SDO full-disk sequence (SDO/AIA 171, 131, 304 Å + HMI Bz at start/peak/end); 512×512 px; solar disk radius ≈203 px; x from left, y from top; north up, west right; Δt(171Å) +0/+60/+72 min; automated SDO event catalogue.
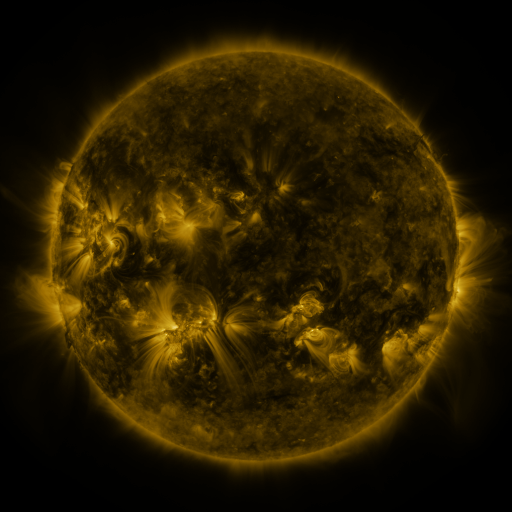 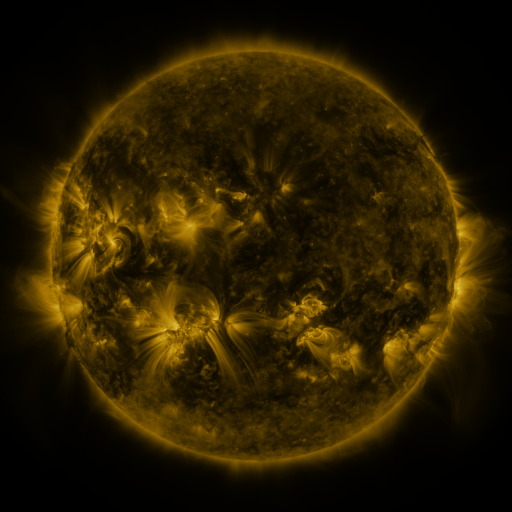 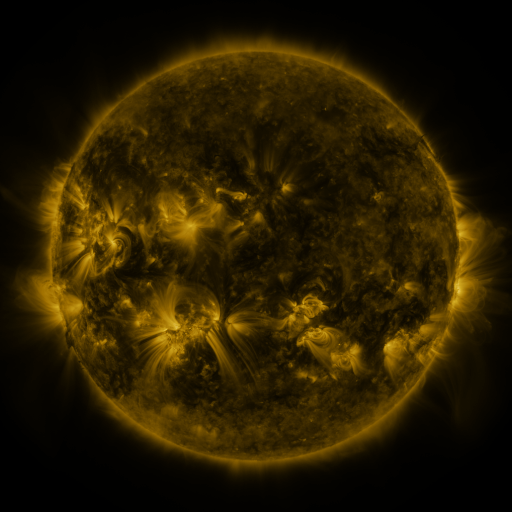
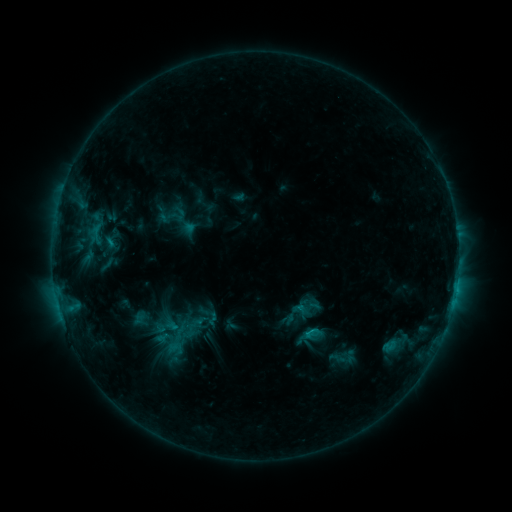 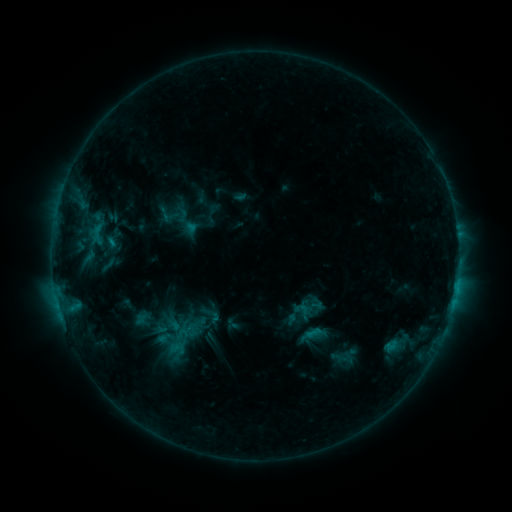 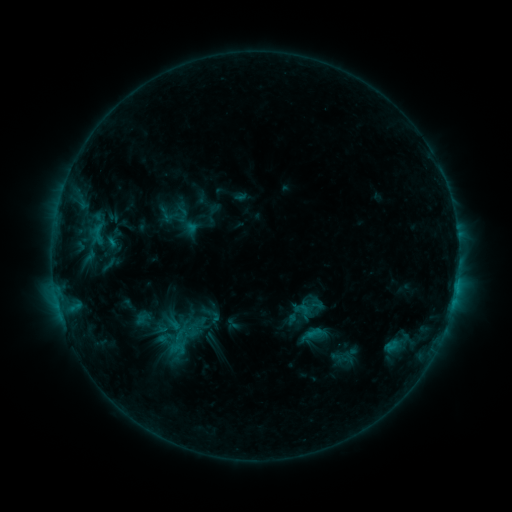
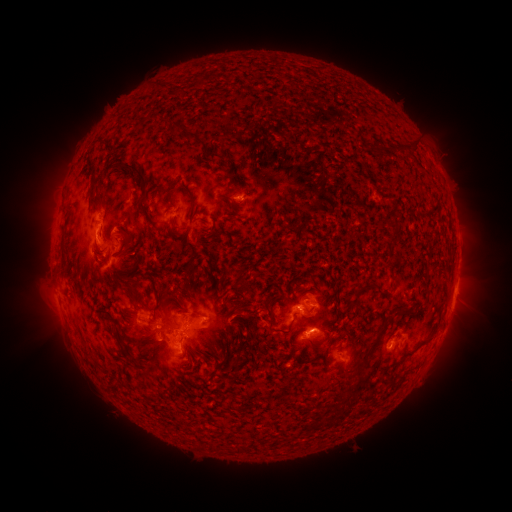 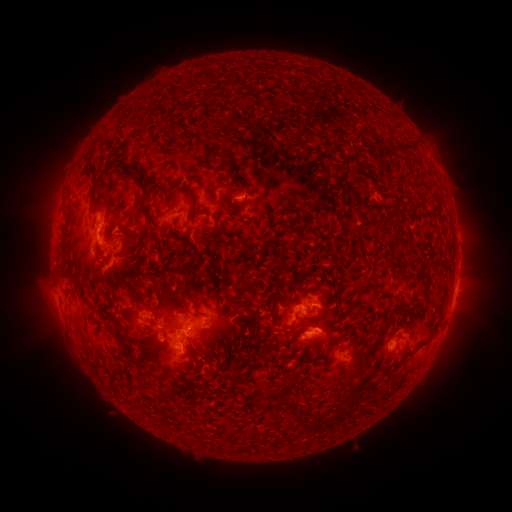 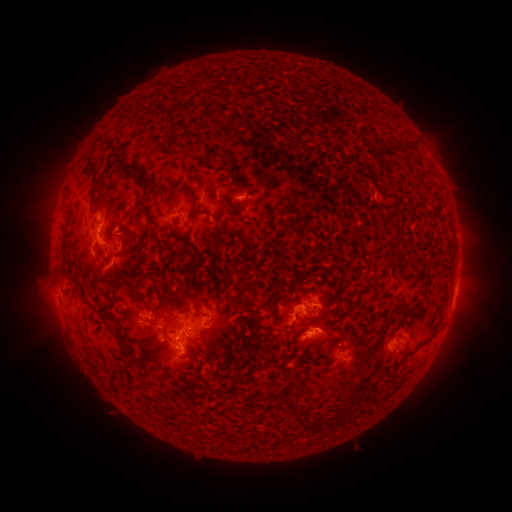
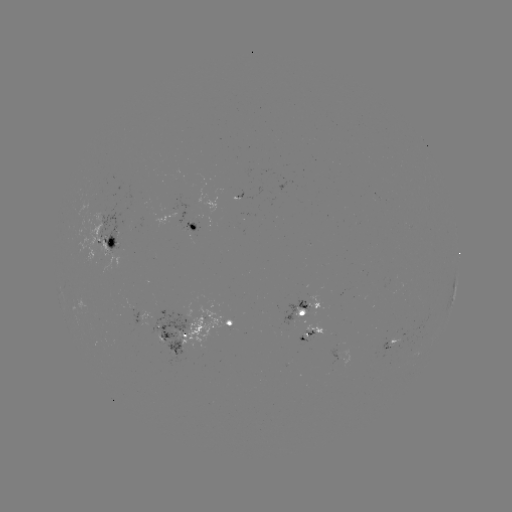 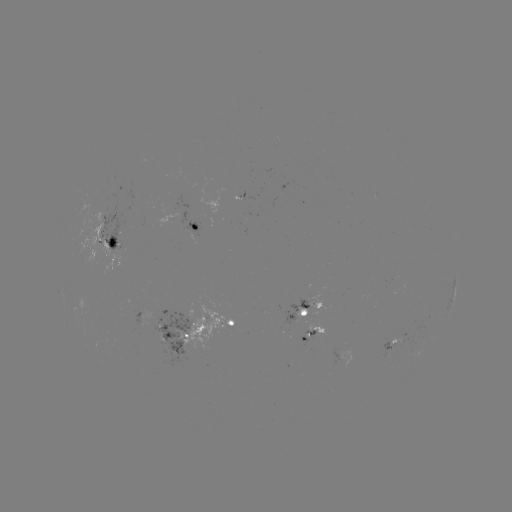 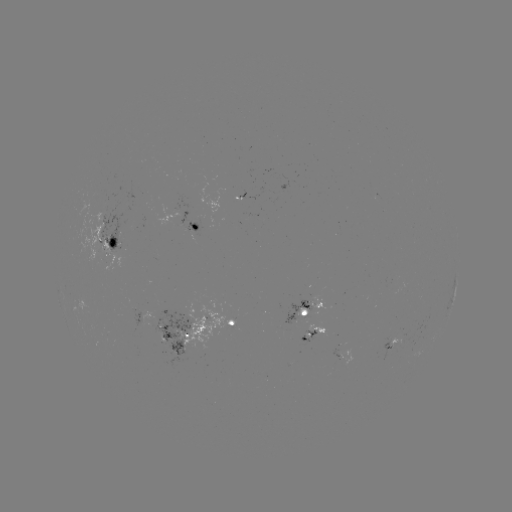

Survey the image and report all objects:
emerging-flux region: (303, 306)
